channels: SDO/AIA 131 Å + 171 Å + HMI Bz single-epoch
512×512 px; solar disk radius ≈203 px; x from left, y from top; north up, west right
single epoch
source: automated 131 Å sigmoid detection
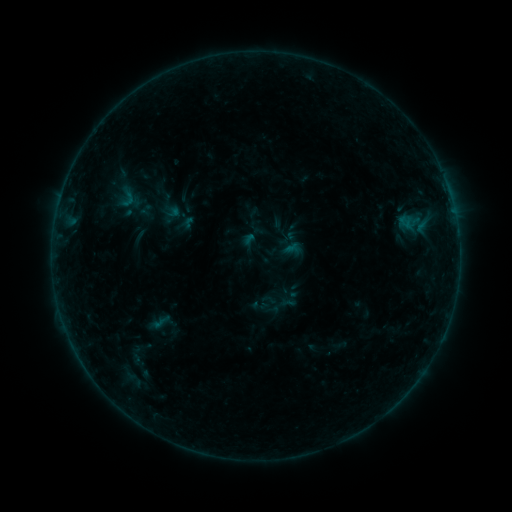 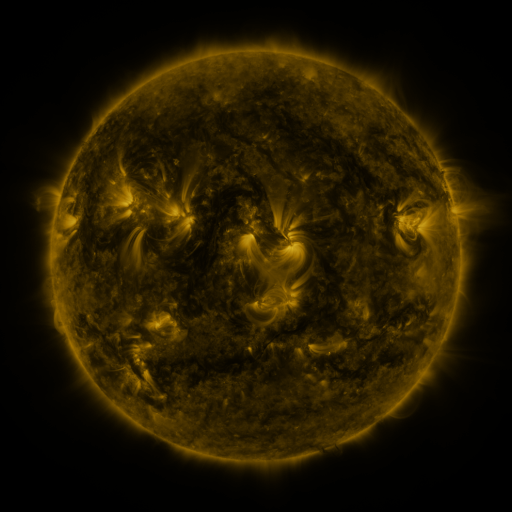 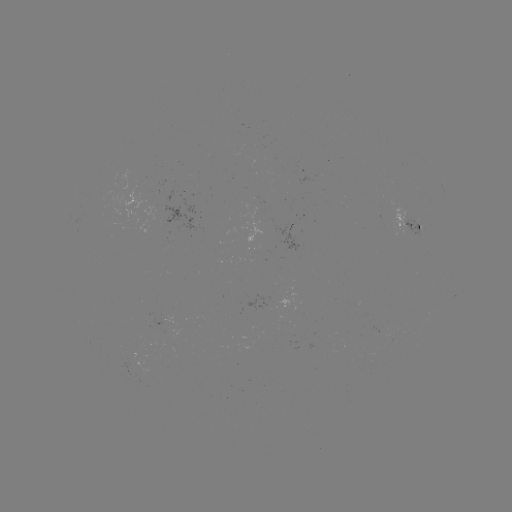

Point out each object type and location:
sigmoid: (116, 186, 139, 209)
